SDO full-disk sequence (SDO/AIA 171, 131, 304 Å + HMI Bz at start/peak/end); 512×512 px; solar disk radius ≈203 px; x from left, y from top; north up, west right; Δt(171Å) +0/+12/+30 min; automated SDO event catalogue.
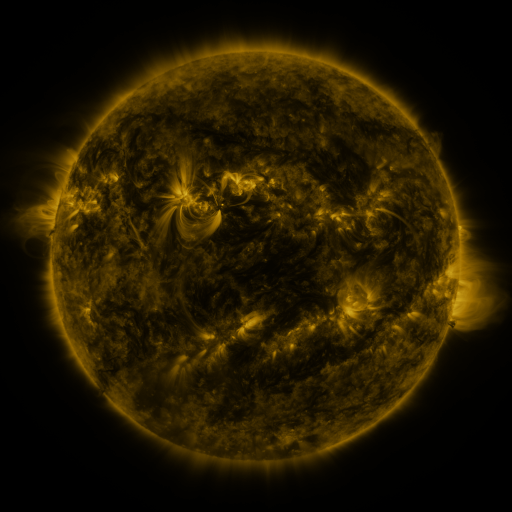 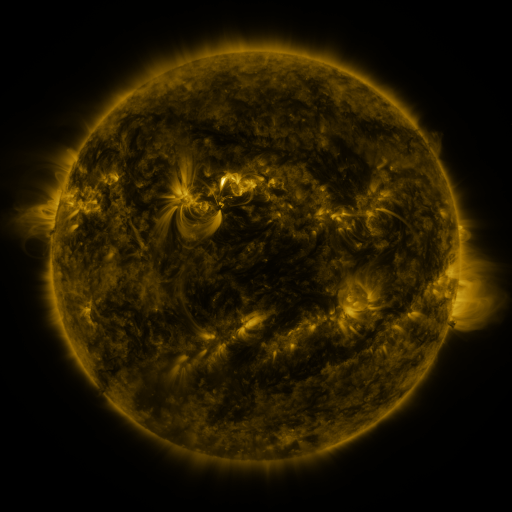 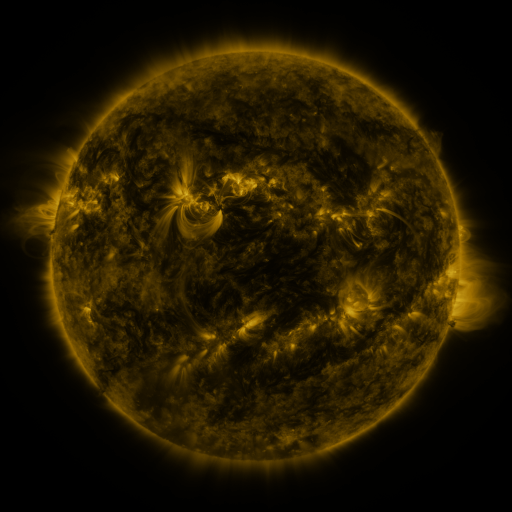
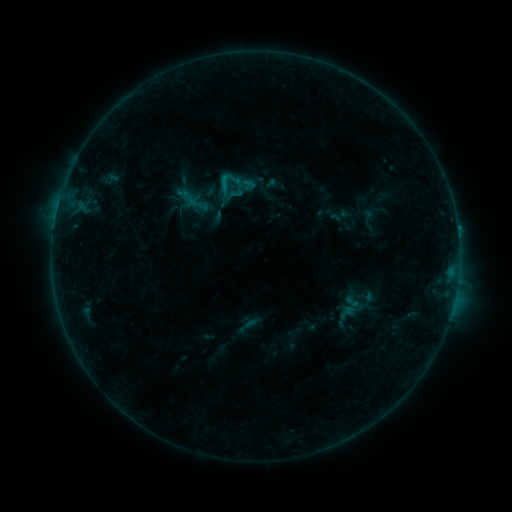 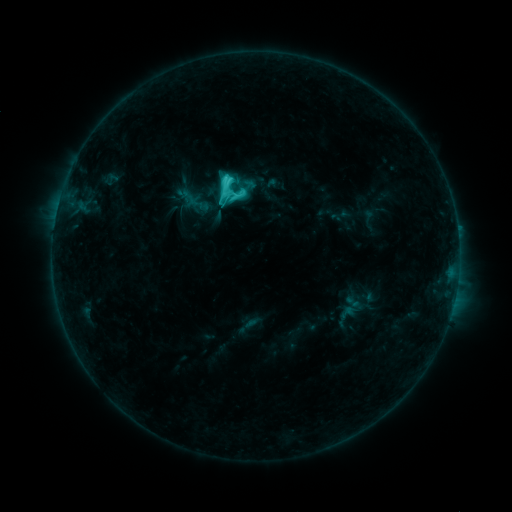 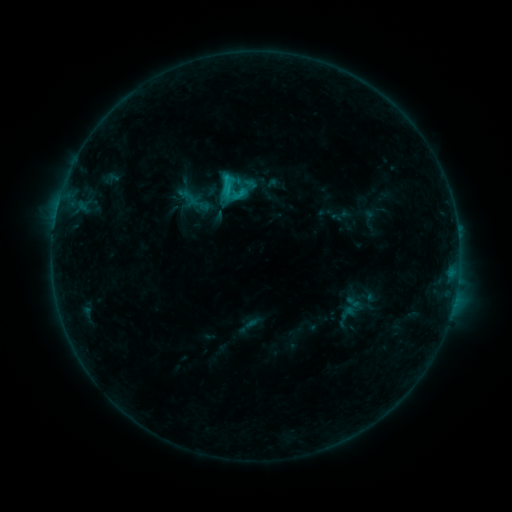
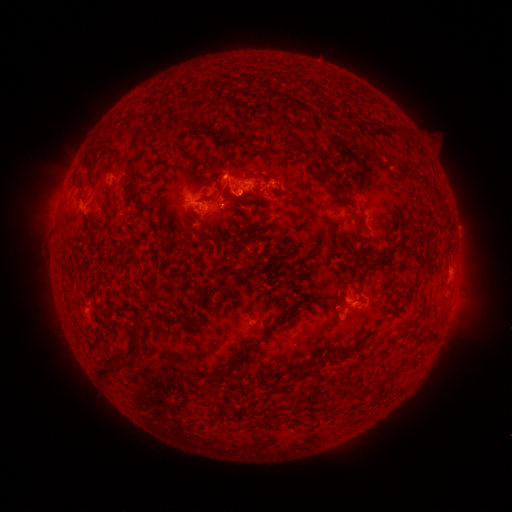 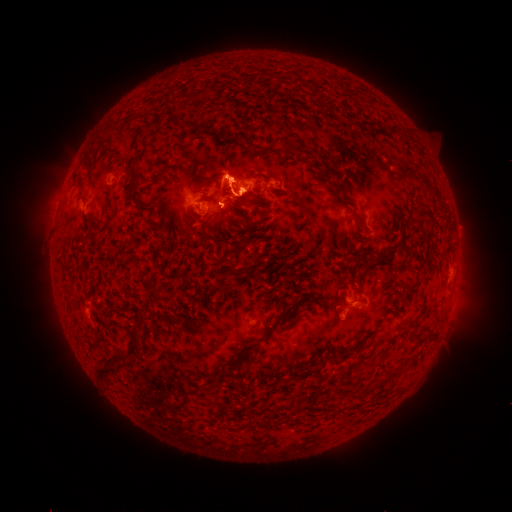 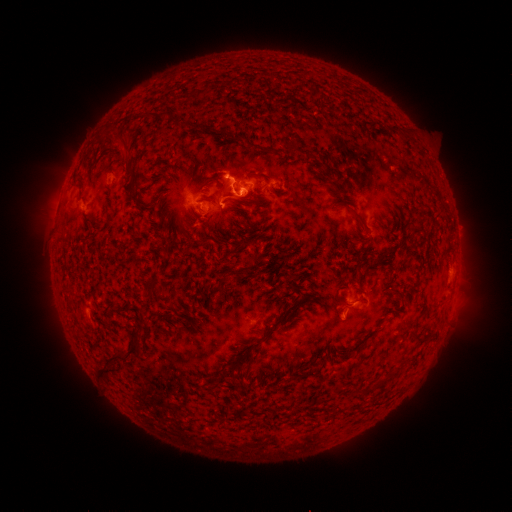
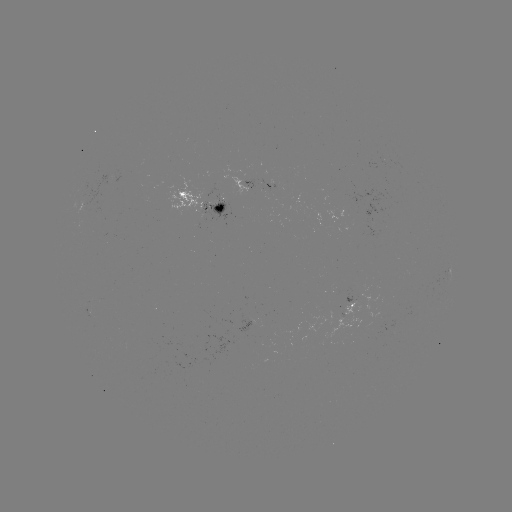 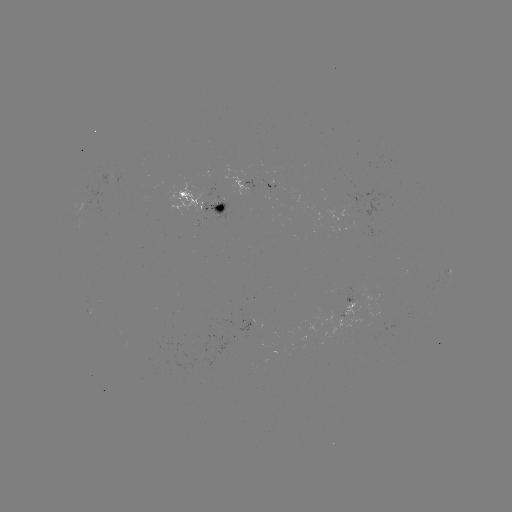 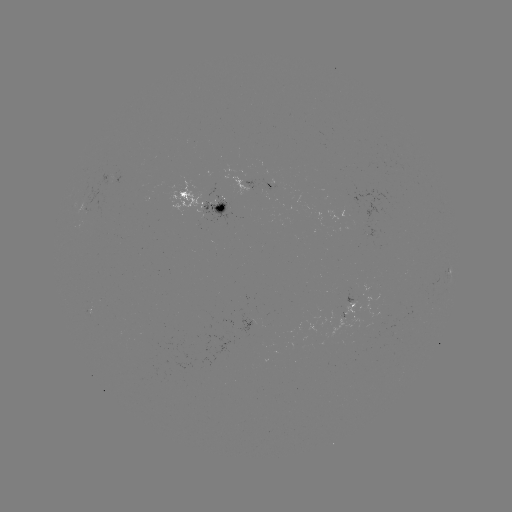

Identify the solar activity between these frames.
C4.6 flare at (229, 182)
